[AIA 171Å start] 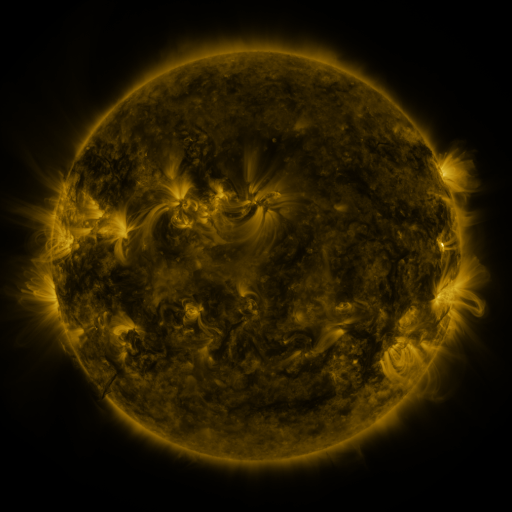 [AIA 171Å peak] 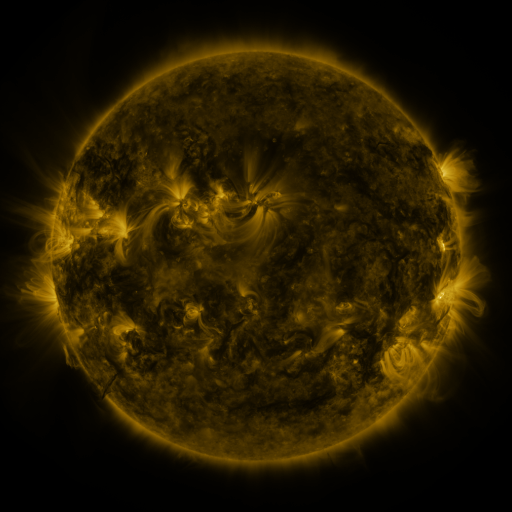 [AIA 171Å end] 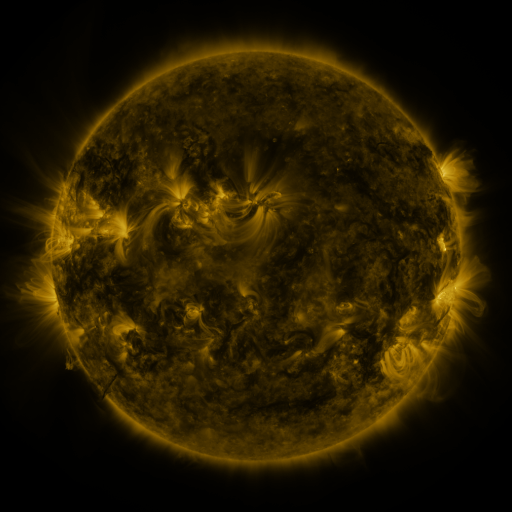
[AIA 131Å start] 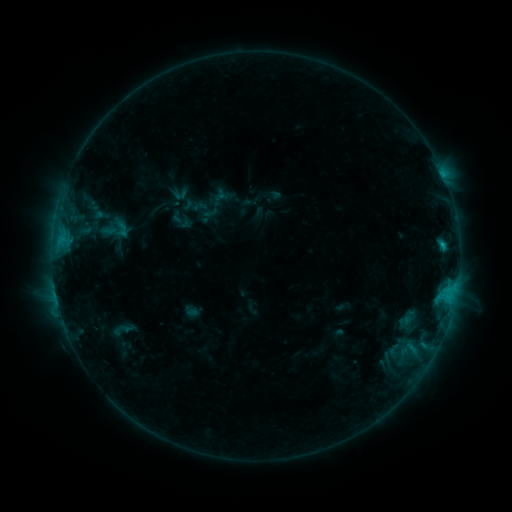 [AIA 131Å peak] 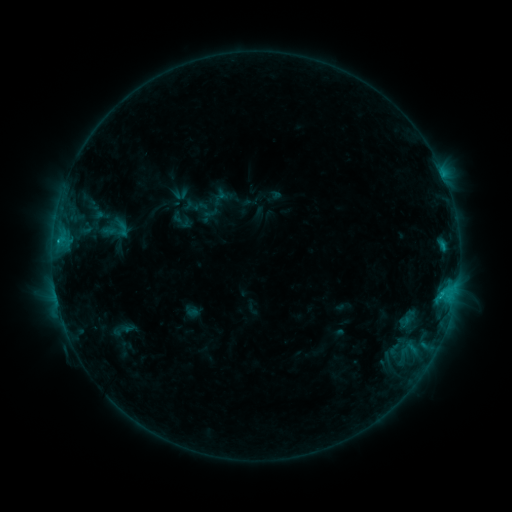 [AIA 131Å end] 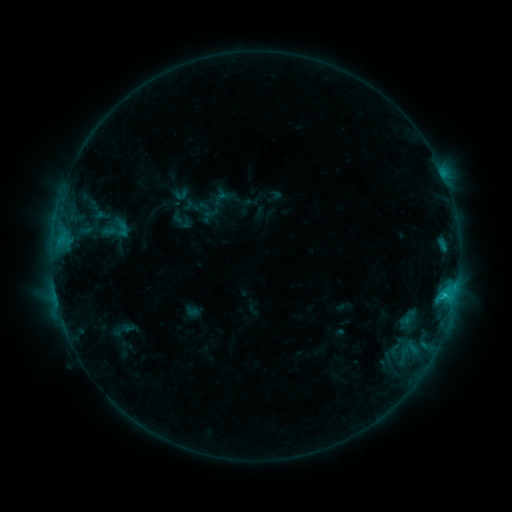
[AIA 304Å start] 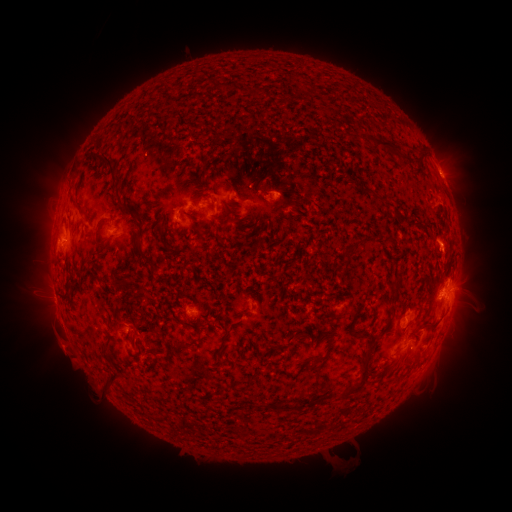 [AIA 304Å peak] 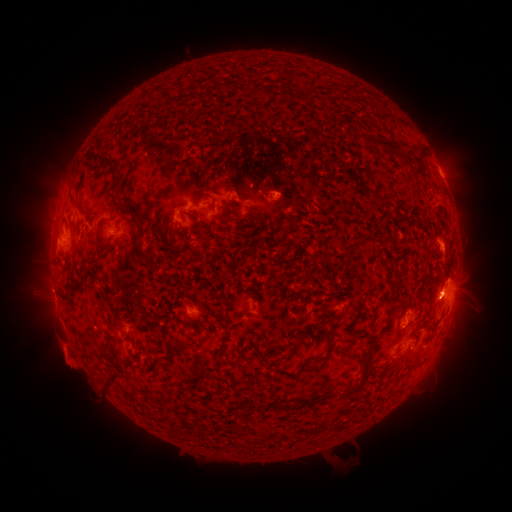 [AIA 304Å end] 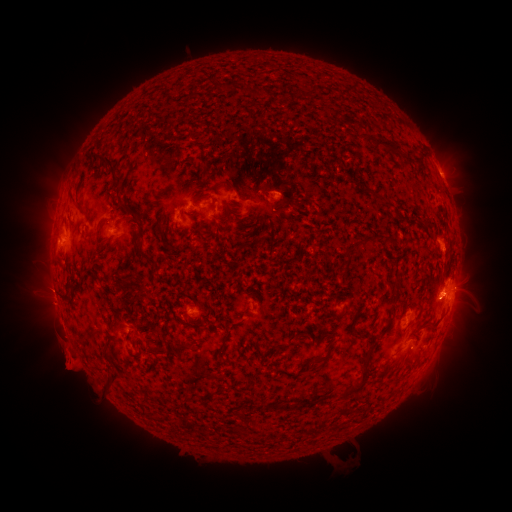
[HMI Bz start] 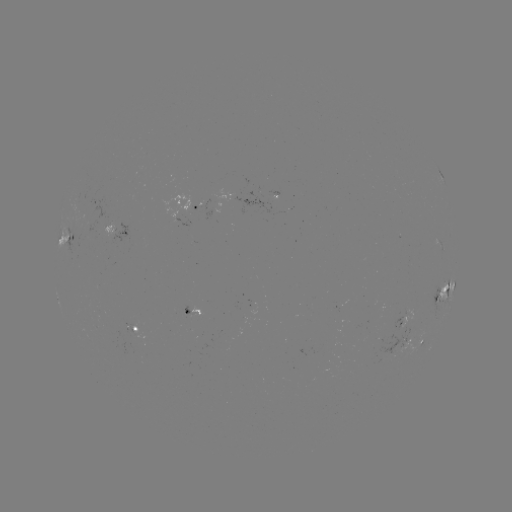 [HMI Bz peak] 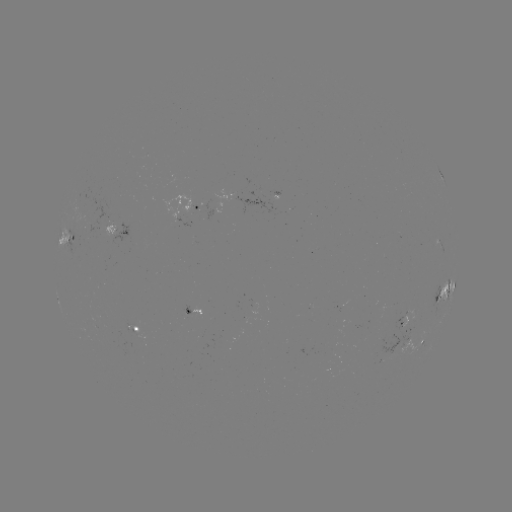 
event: eruption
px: (66, 357)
